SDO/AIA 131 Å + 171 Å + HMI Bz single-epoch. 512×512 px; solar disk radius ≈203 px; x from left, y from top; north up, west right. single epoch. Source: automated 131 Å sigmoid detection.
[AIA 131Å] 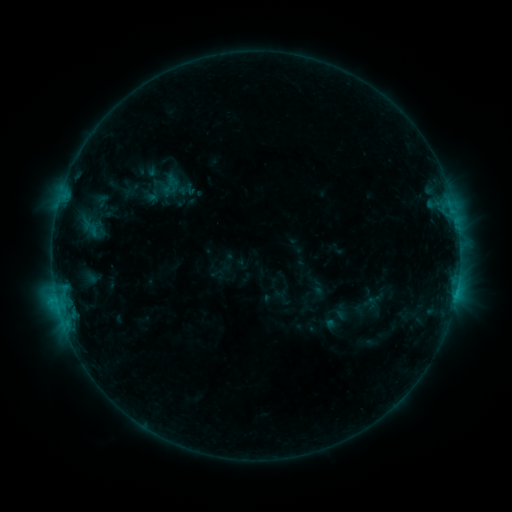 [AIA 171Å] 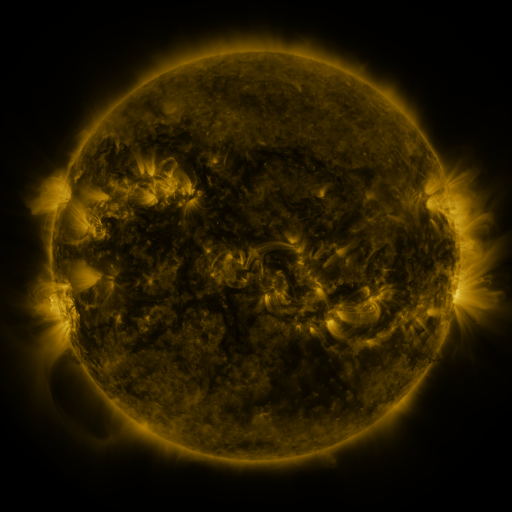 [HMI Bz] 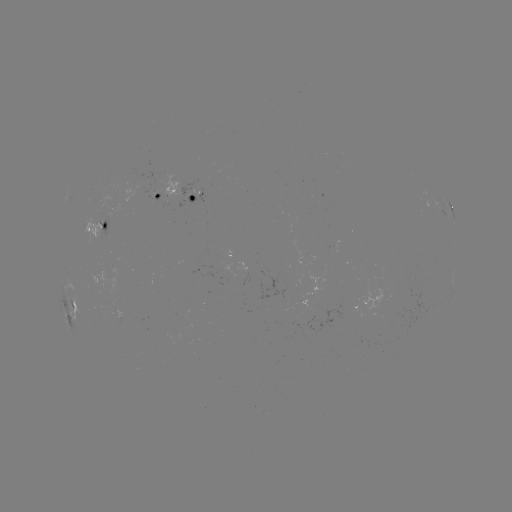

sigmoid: [141, 178, 167, 204]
